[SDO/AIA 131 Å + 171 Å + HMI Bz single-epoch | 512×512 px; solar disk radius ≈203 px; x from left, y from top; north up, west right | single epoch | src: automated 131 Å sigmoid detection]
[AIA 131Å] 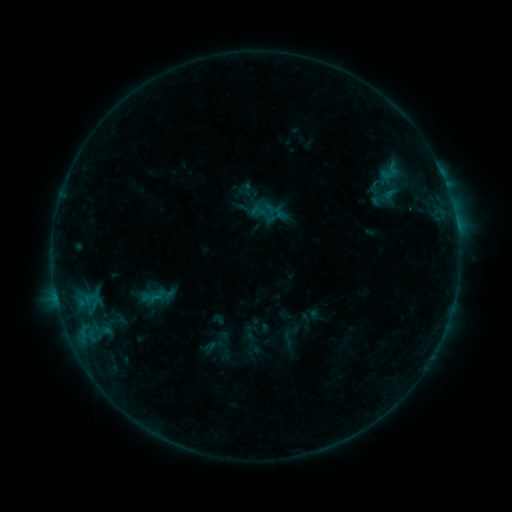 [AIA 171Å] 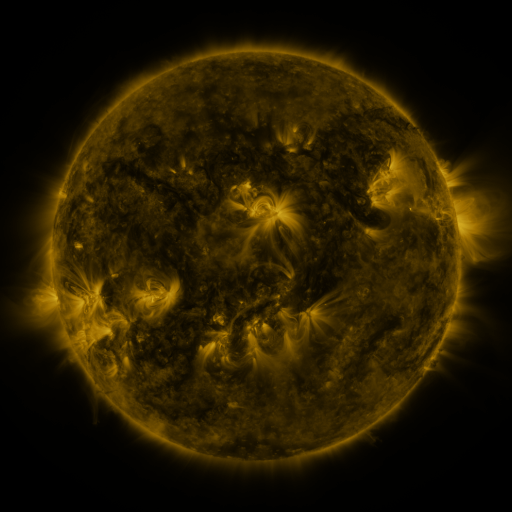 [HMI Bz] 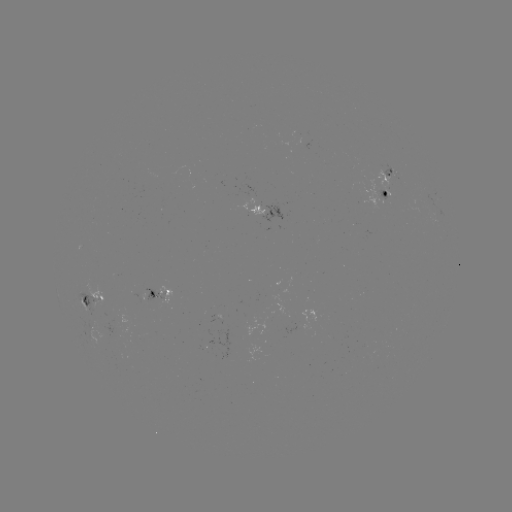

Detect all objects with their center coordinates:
sigmoid: (257, 211)
